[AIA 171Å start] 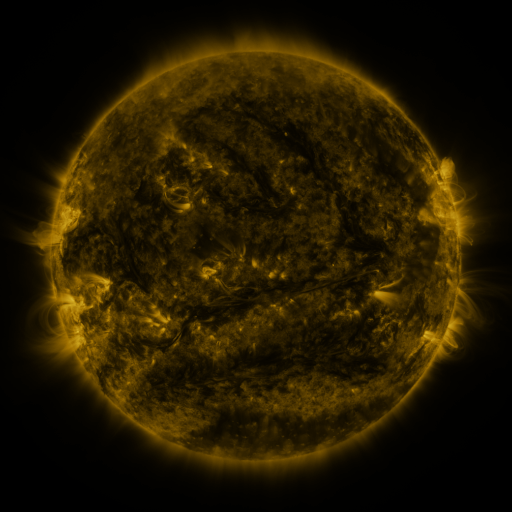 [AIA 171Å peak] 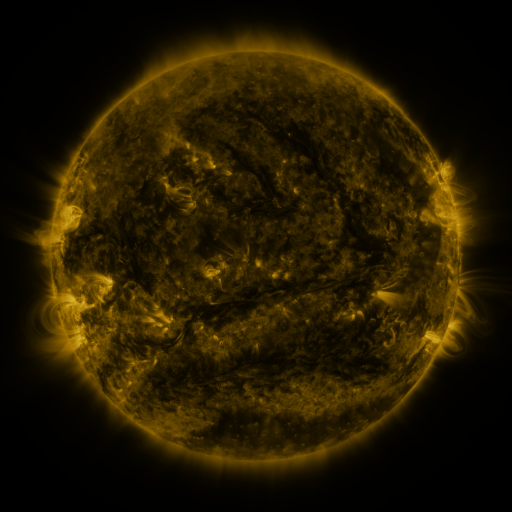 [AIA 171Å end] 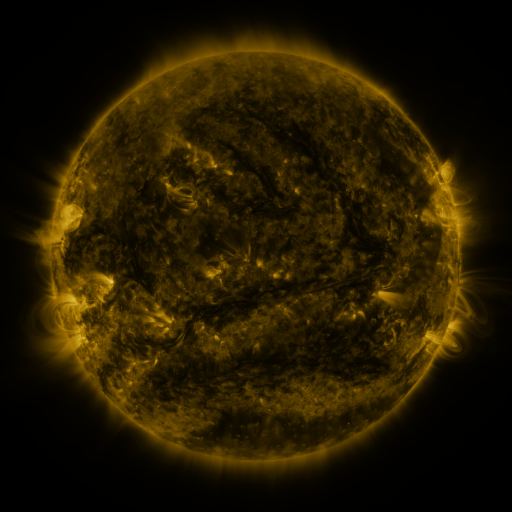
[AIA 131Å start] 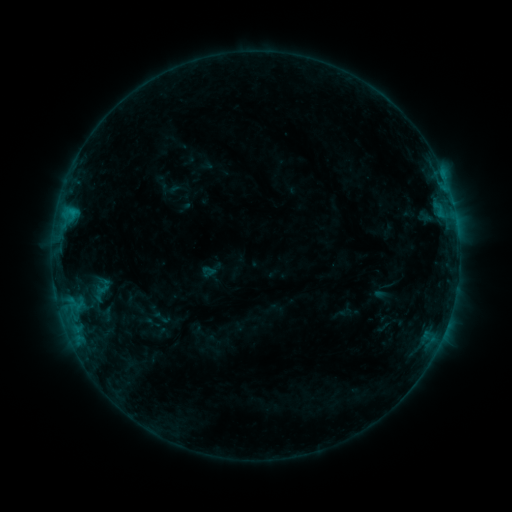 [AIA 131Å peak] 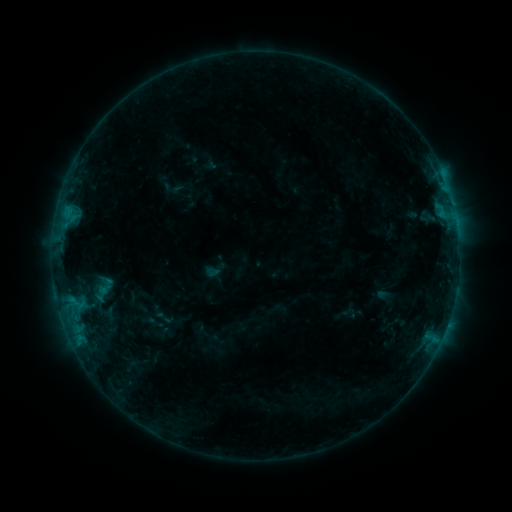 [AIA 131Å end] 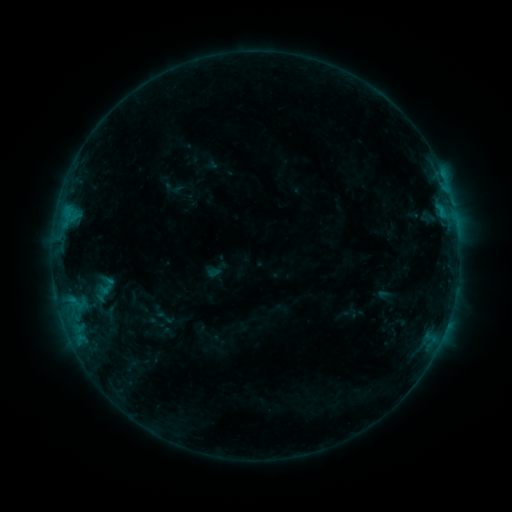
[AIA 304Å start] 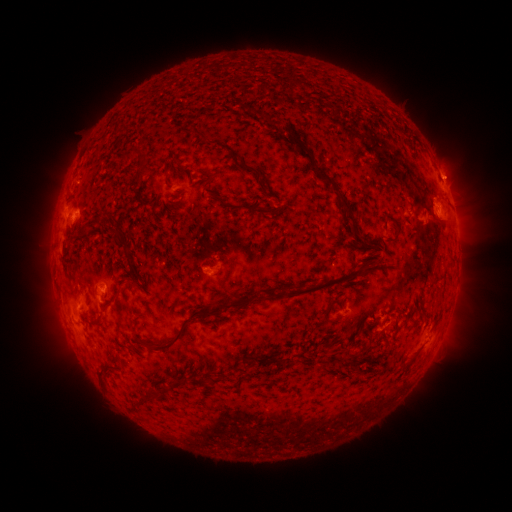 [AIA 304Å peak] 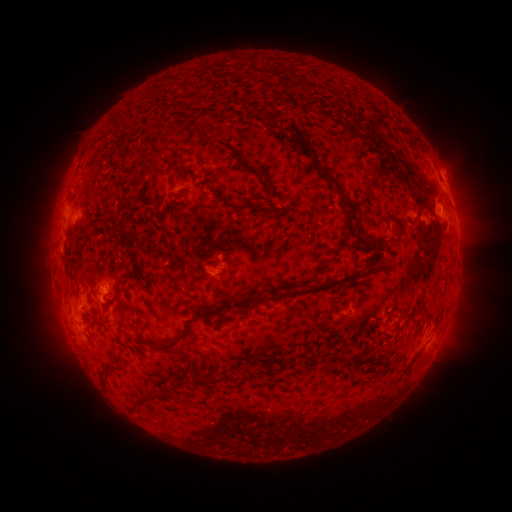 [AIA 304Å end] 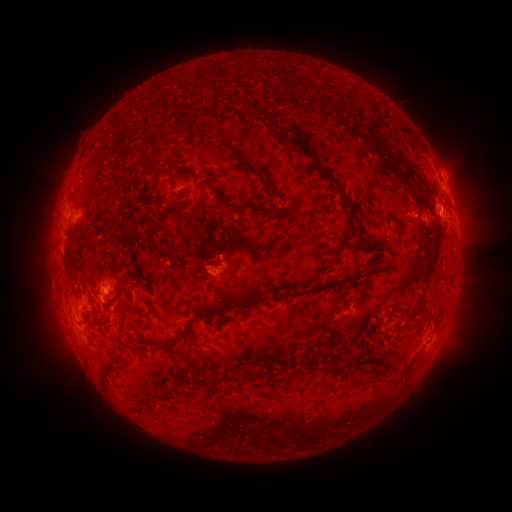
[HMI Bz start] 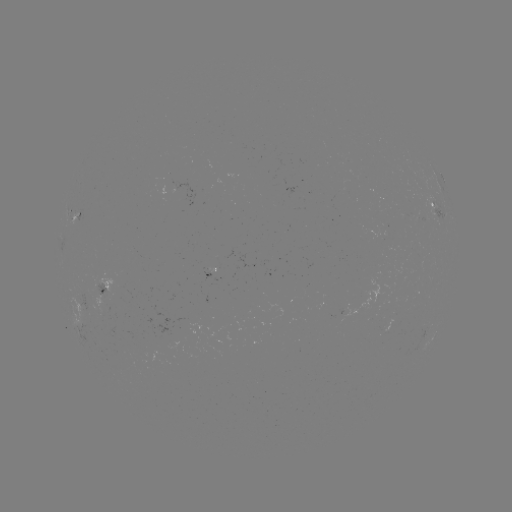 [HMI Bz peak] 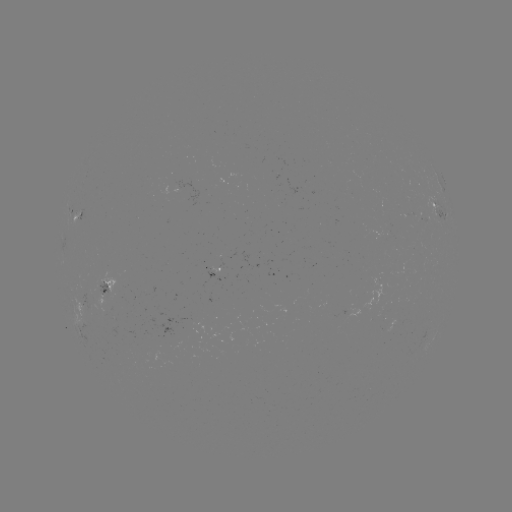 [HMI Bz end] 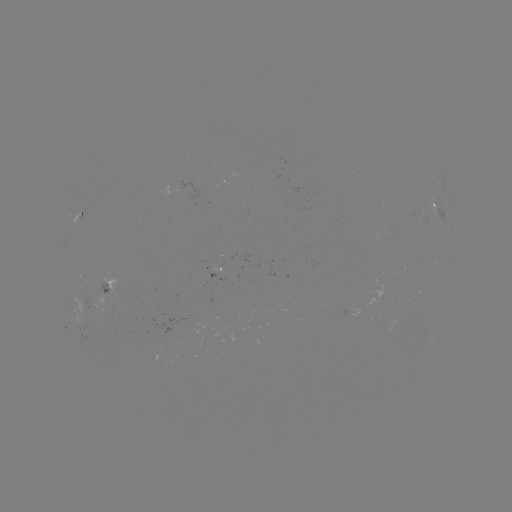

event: emerging-flux region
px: (96, 300)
